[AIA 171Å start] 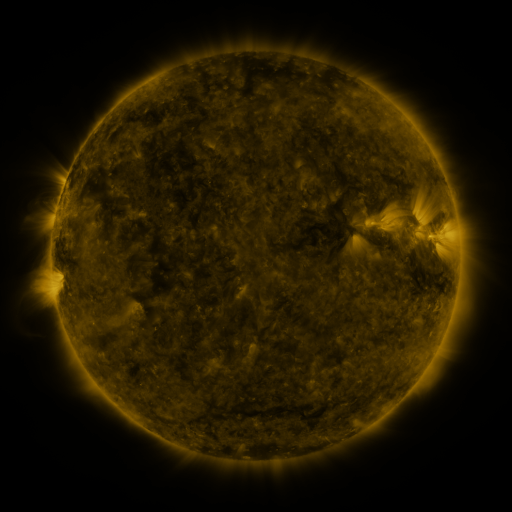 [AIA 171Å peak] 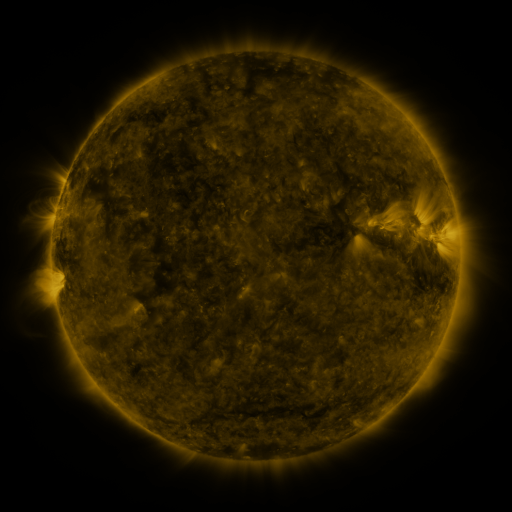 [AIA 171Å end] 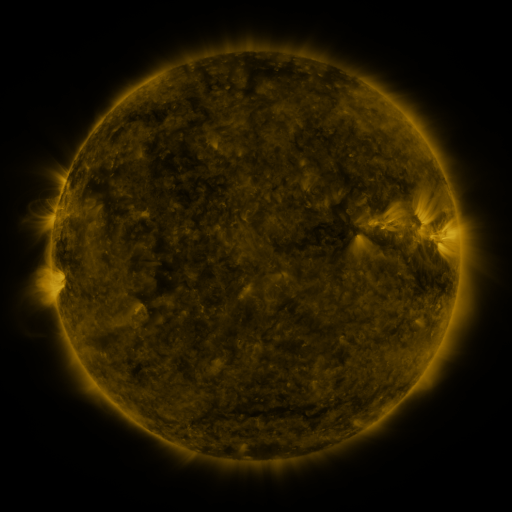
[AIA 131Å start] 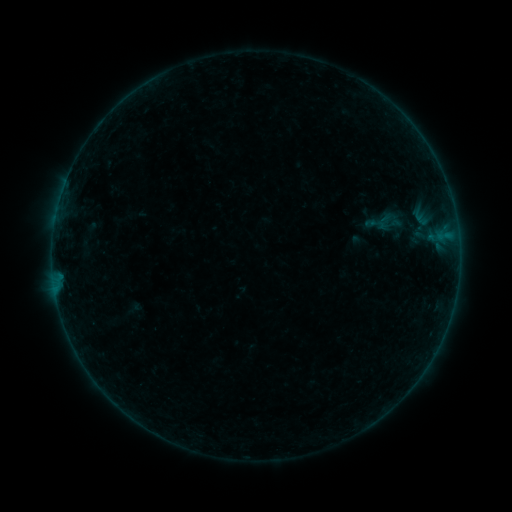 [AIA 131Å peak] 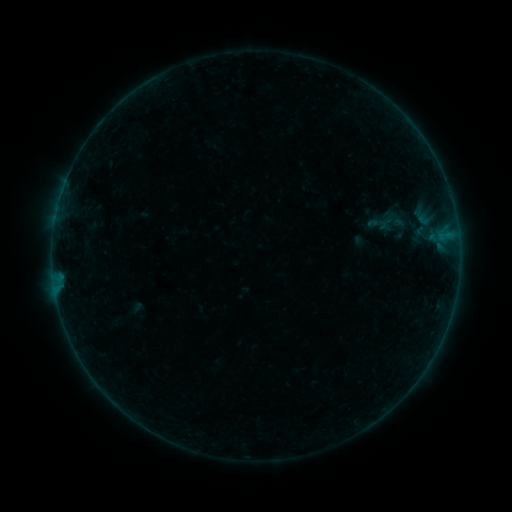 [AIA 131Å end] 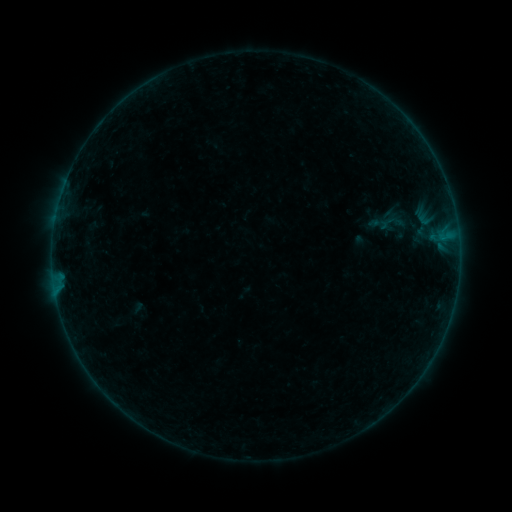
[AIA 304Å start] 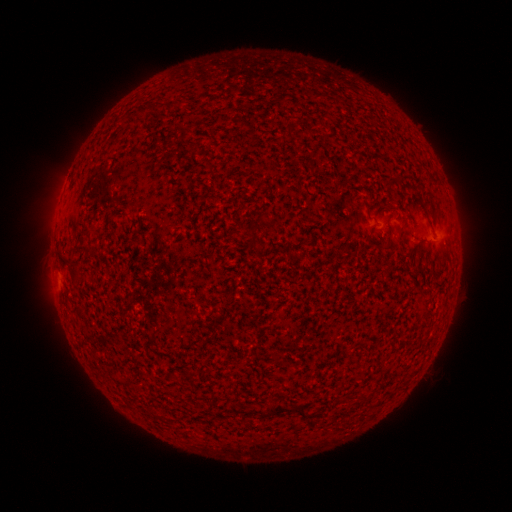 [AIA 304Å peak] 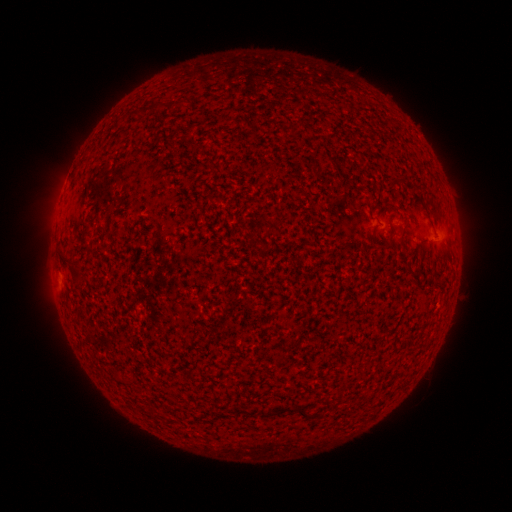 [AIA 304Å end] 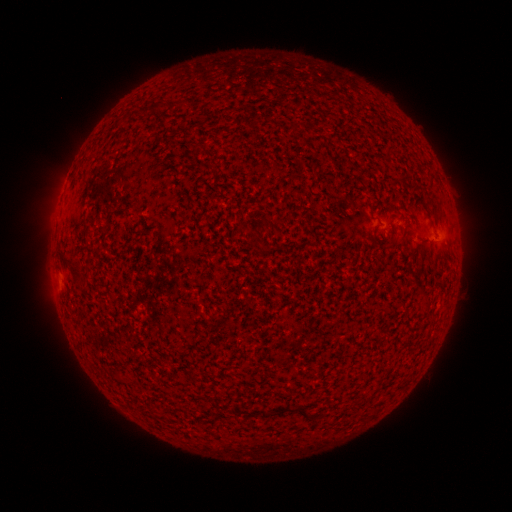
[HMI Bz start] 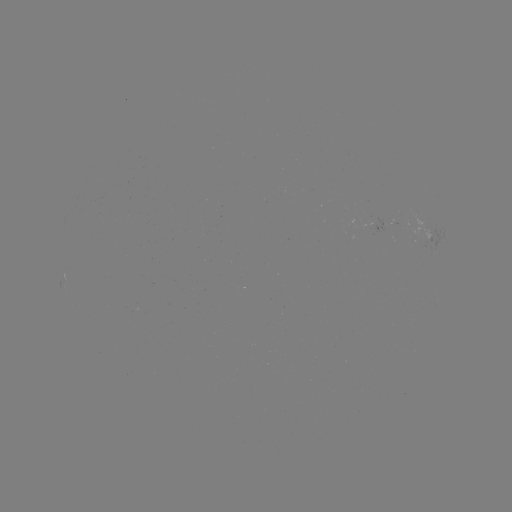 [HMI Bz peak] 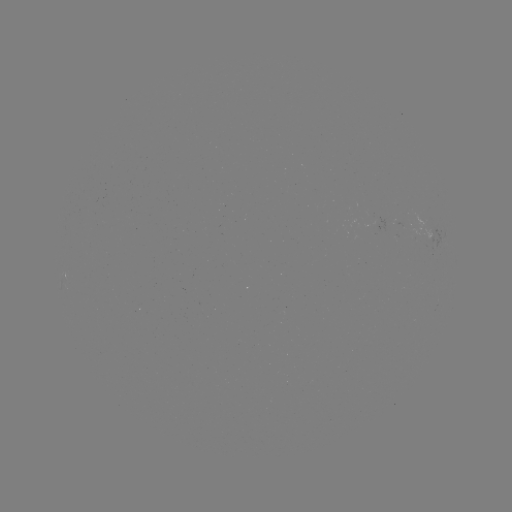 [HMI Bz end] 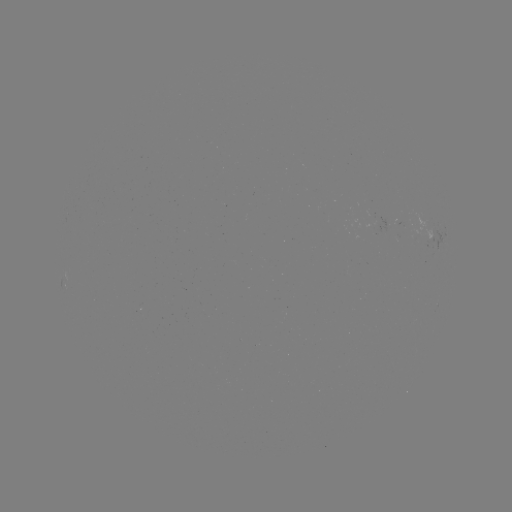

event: emerging-flux region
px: (413, 224)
